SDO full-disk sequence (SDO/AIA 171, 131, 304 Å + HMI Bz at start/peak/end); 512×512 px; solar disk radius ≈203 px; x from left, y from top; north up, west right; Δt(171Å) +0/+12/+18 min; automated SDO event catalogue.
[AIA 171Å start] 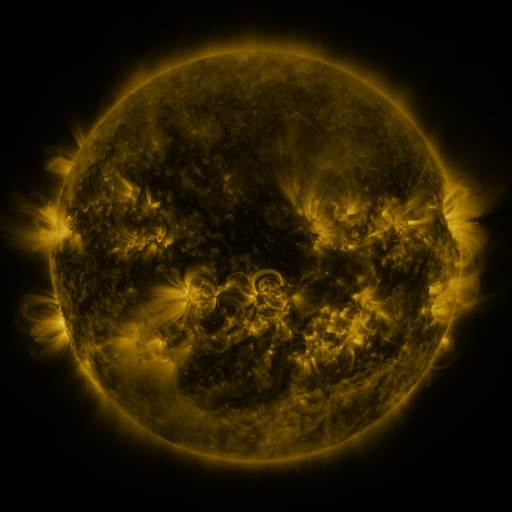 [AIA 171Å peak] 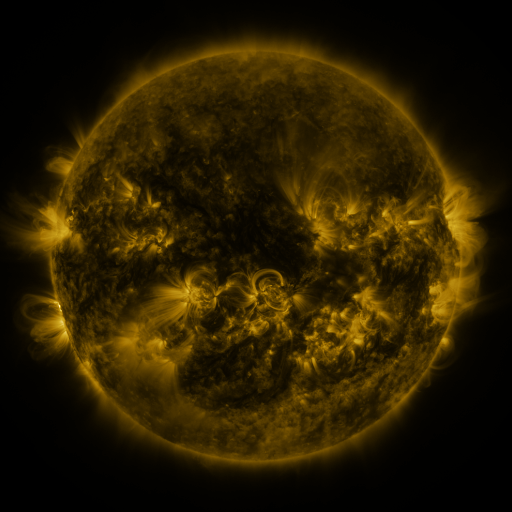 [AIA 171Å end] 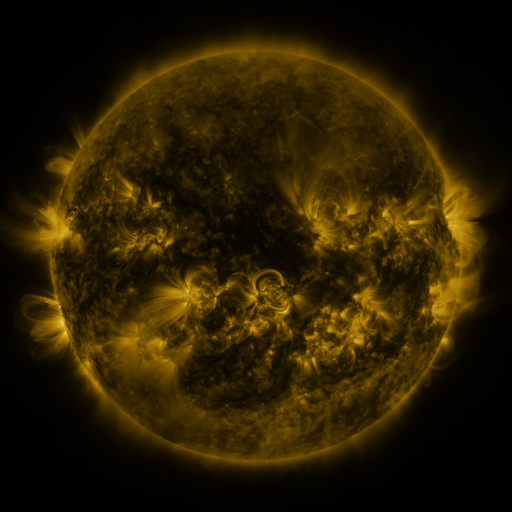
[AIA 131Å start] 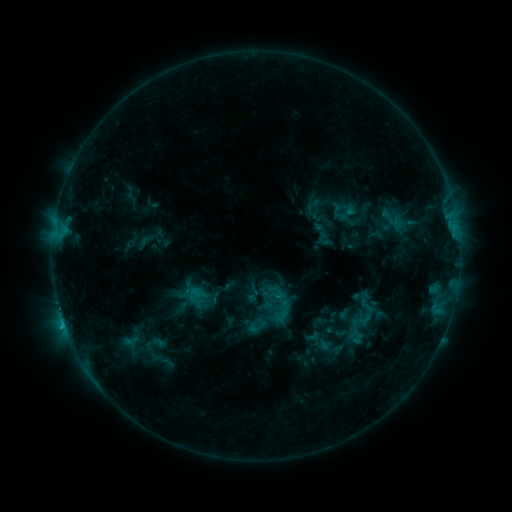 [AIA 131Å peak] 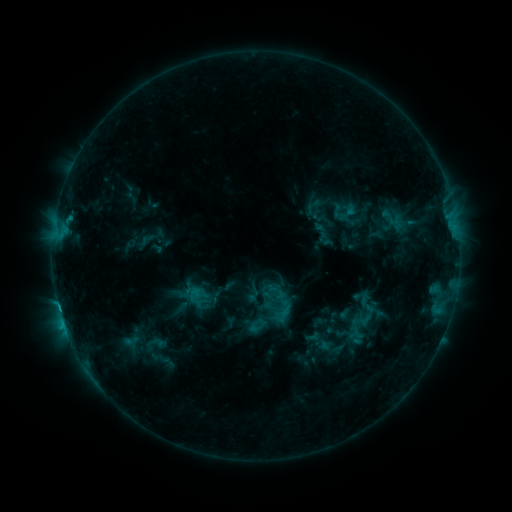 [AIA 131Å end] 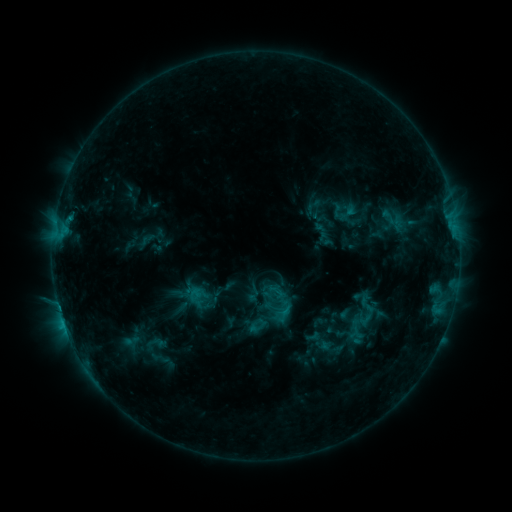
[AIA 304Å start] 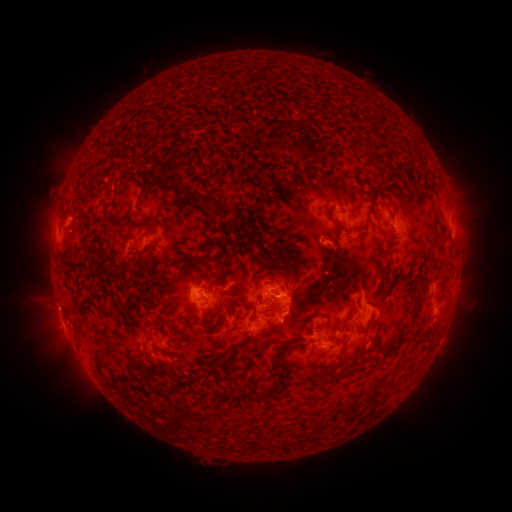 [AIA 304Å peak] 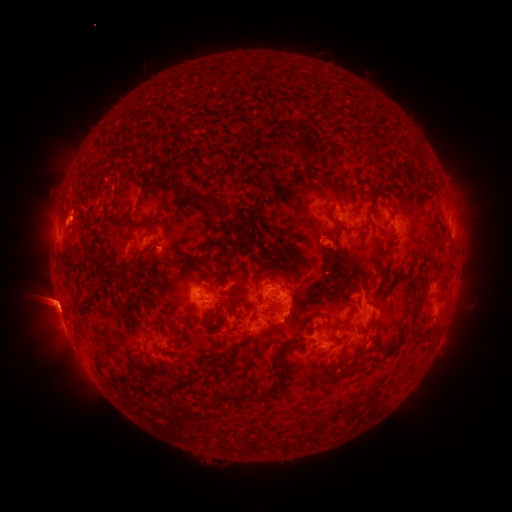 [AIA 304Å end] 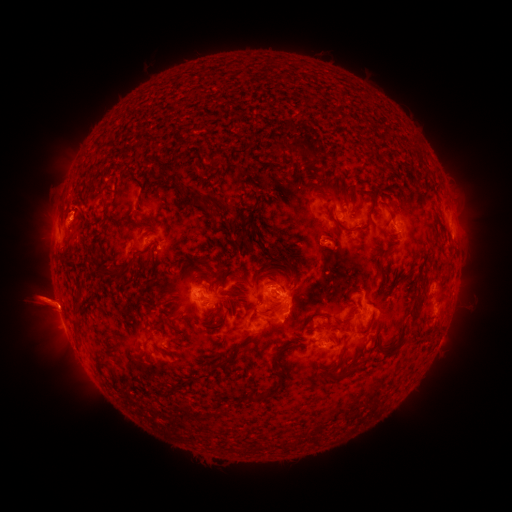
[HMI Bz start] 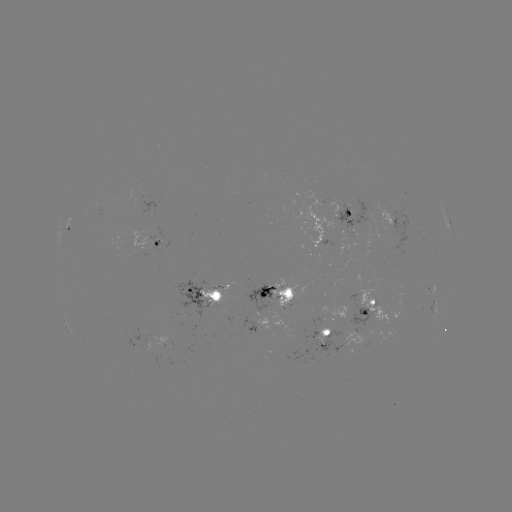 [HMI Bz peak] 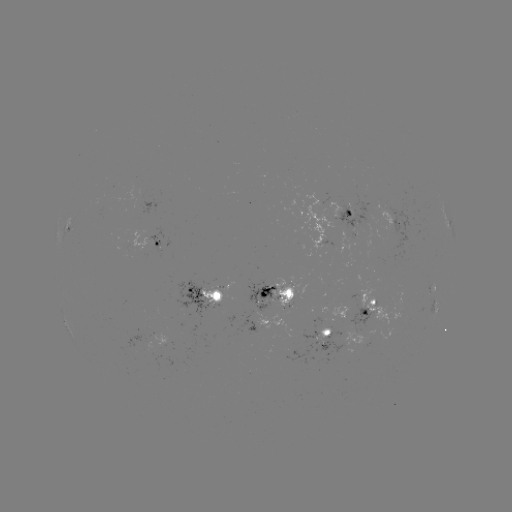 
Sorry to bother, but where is eruption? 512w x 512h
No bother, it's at [49, 303].